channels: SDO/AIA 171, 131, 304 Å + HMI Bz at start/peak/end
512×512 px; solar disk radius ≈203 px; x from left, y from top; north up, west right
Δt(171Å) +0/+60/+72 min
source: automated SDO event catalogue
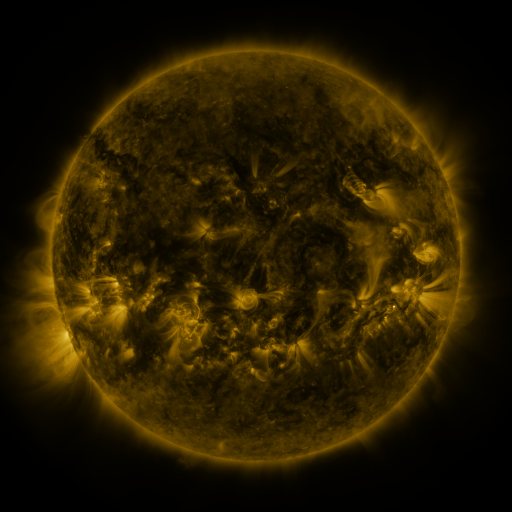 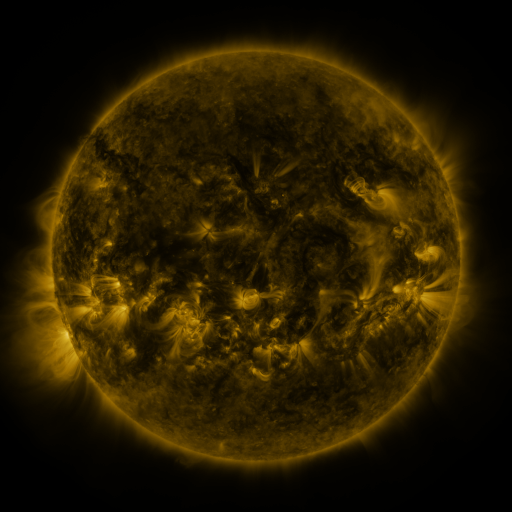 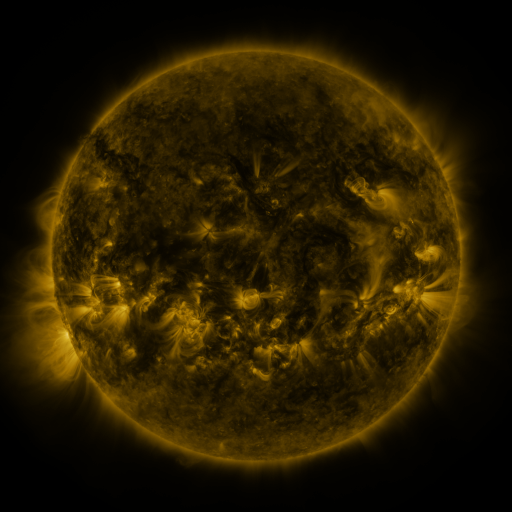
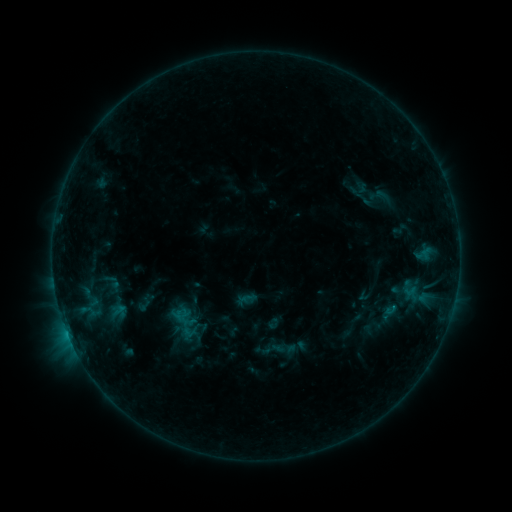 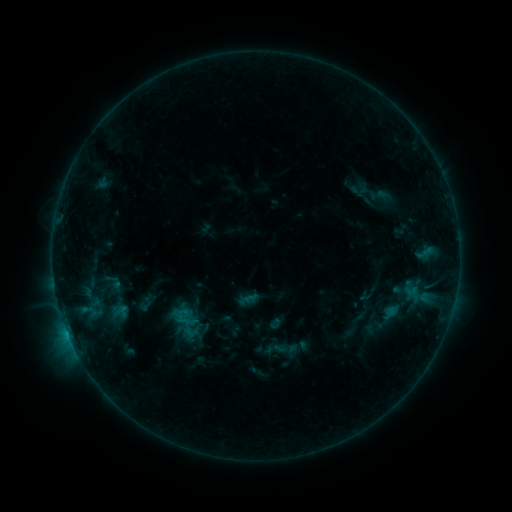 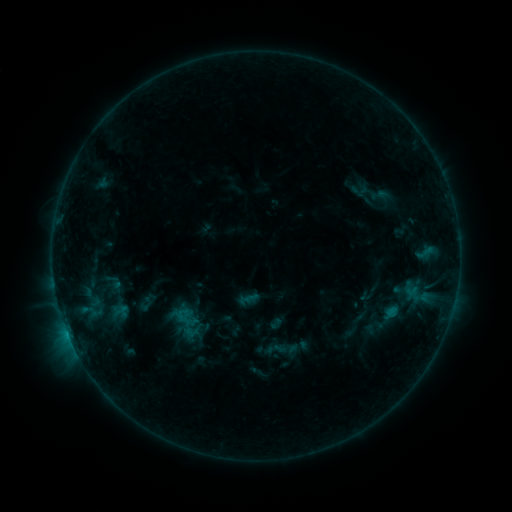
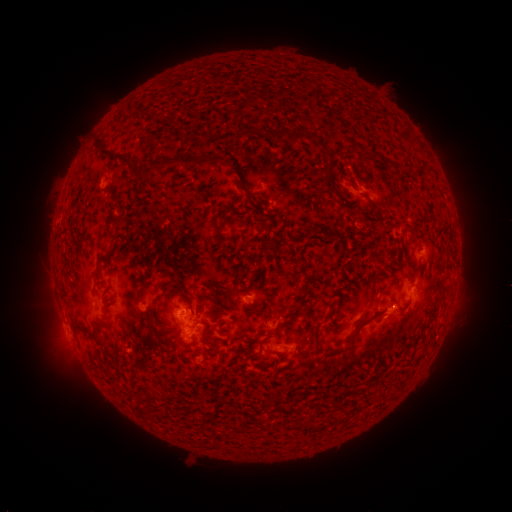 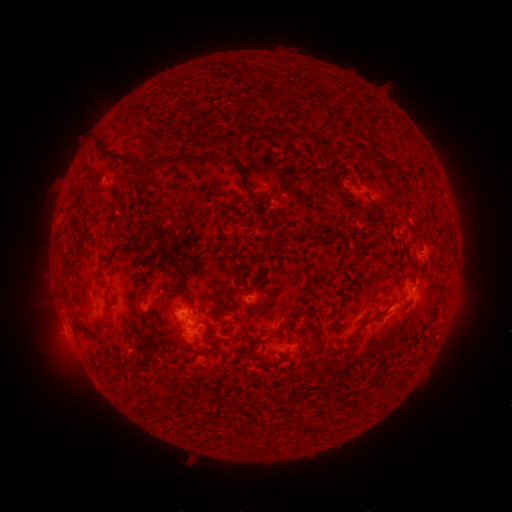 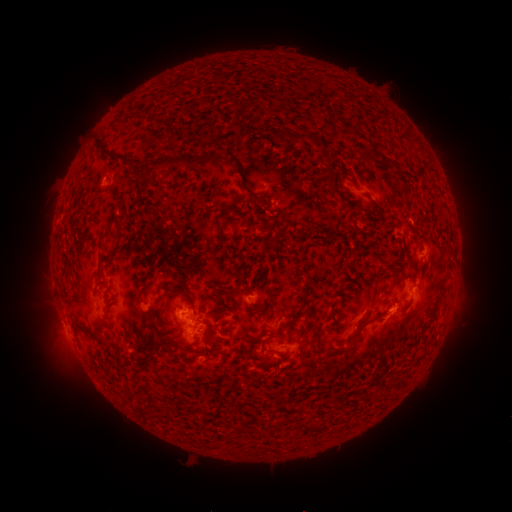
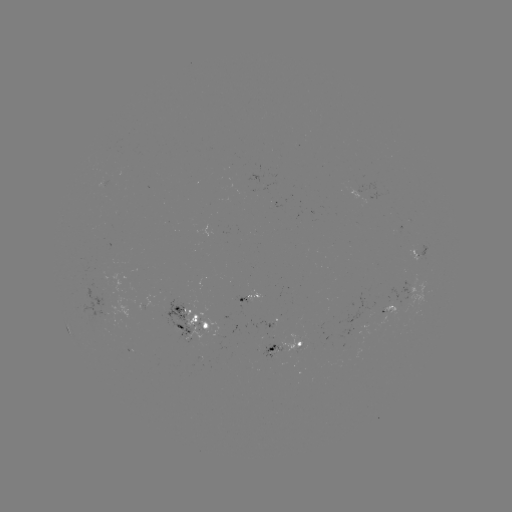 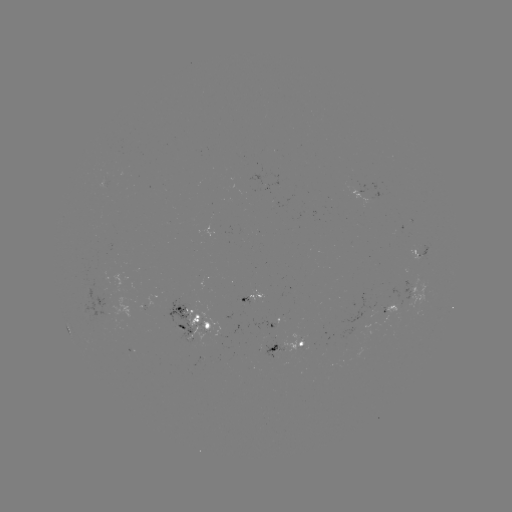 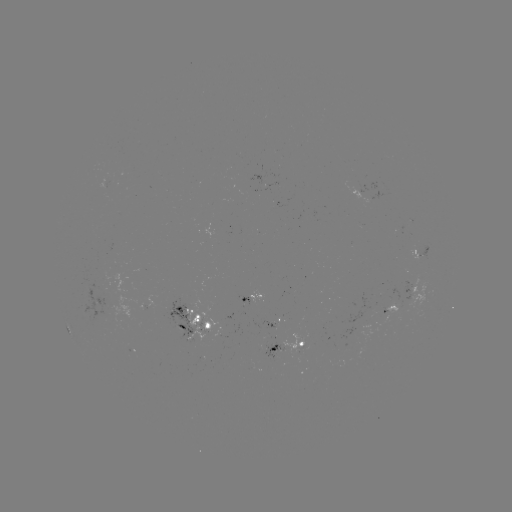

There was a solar emerging-flux region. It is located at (355, 332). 